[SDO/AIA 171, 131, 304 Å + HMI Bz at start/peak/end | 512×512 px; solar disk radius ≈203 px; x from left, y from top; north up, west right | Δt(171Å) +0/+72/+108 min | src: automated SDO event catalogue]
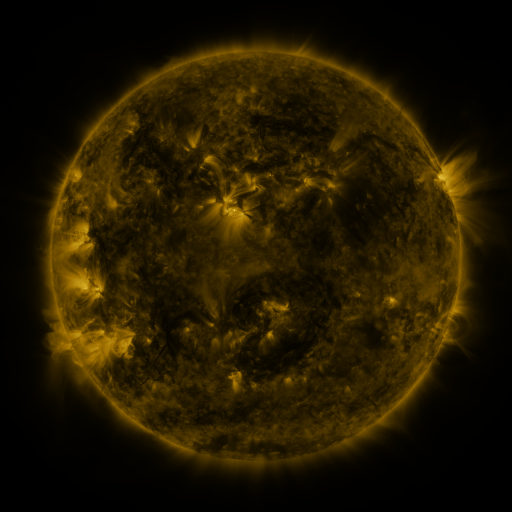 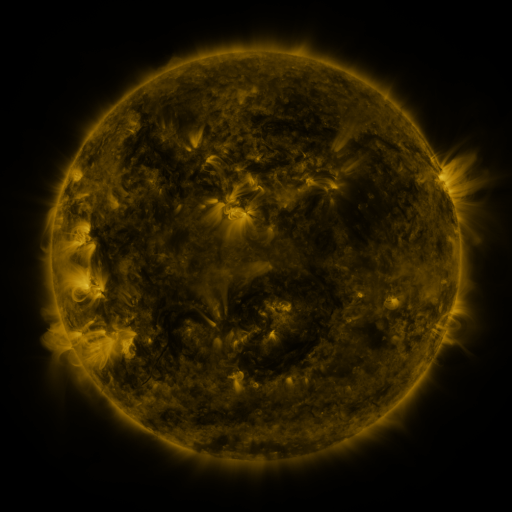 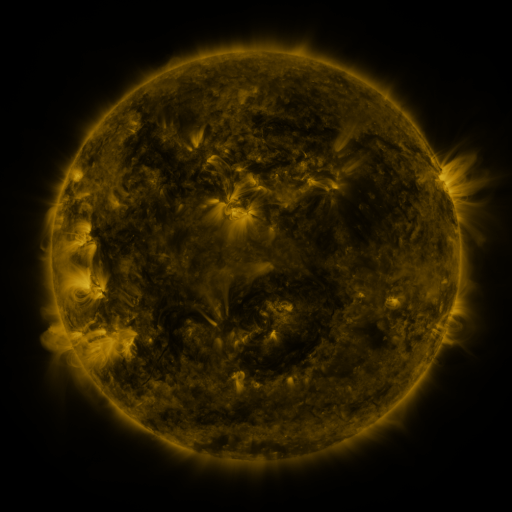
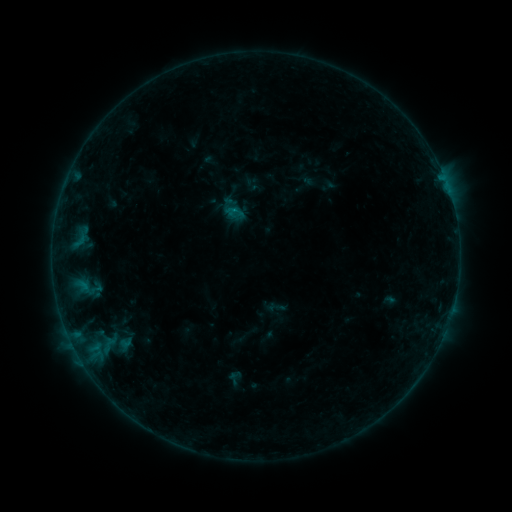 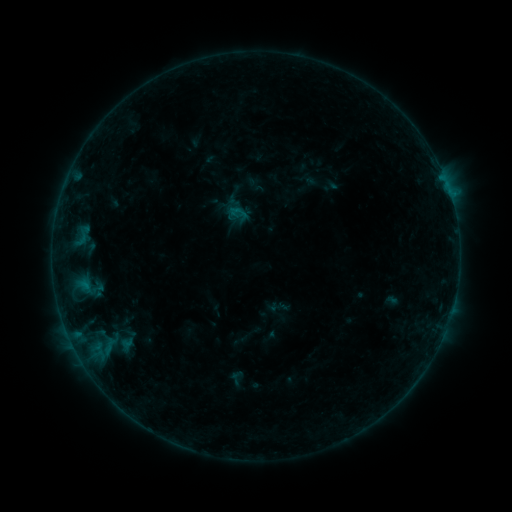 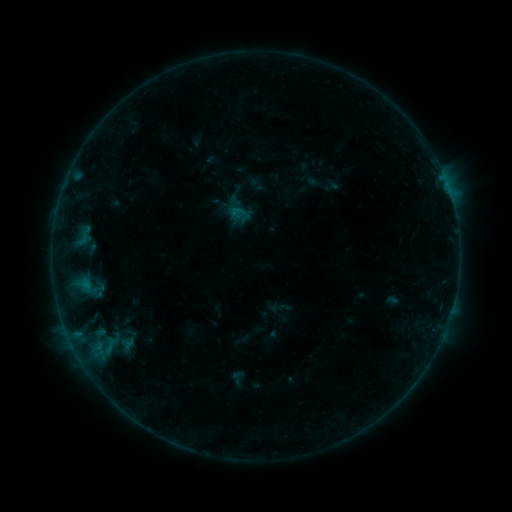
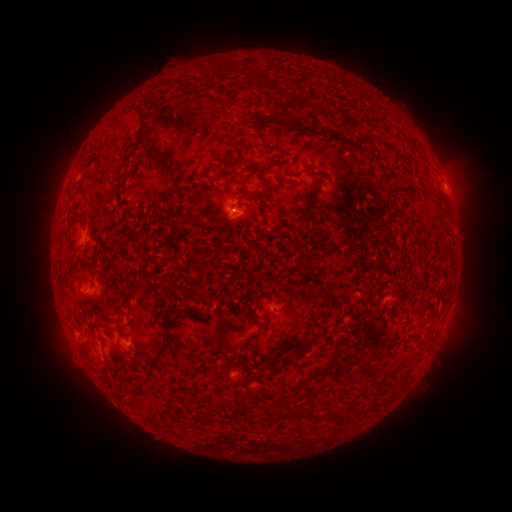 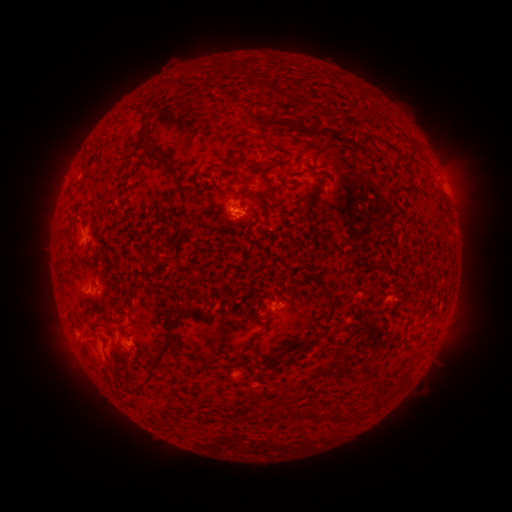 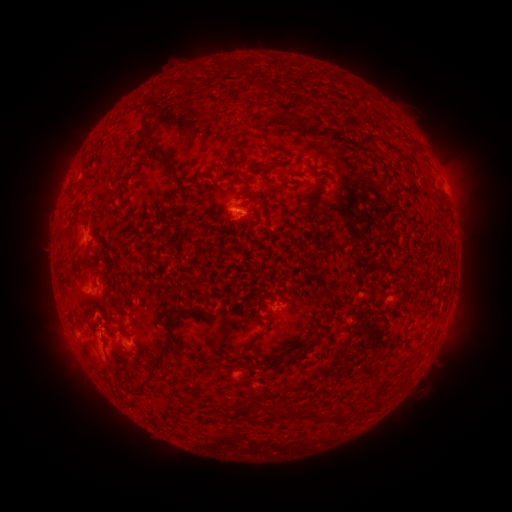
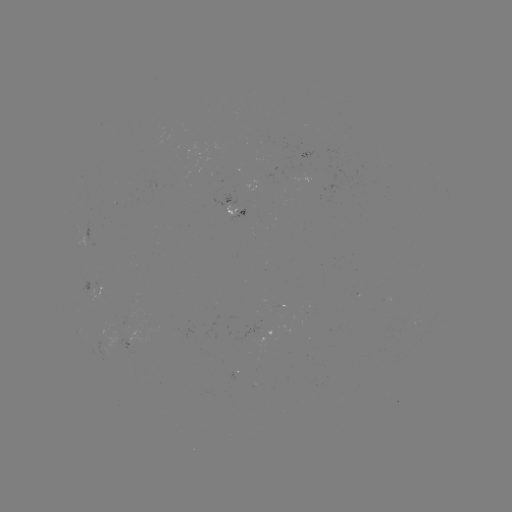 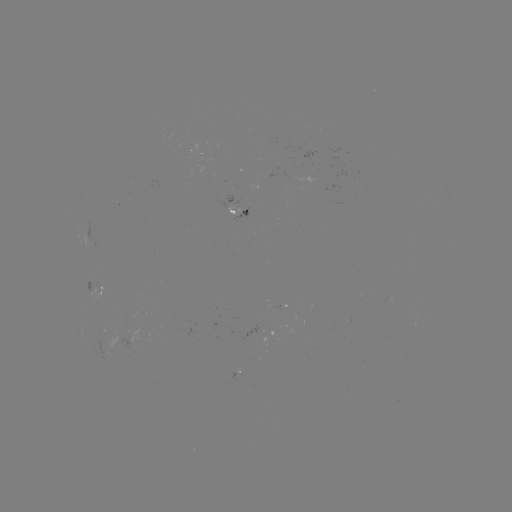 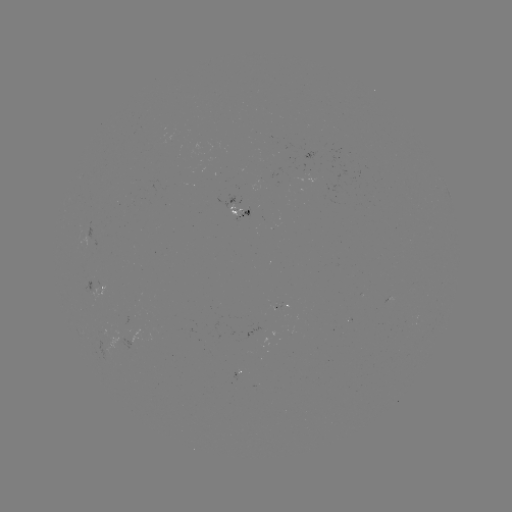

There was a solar emerging-flux region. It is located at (154, 328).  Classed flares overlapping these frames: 1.